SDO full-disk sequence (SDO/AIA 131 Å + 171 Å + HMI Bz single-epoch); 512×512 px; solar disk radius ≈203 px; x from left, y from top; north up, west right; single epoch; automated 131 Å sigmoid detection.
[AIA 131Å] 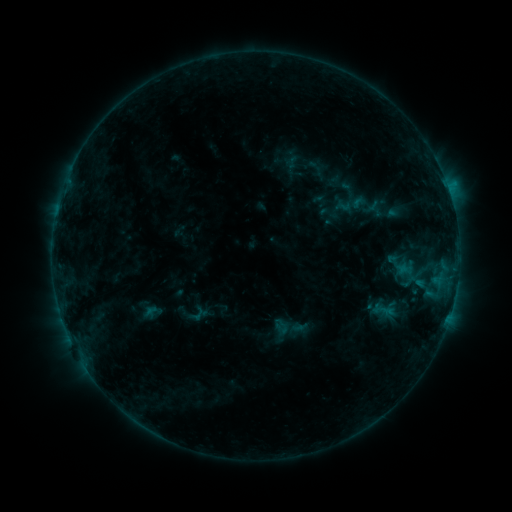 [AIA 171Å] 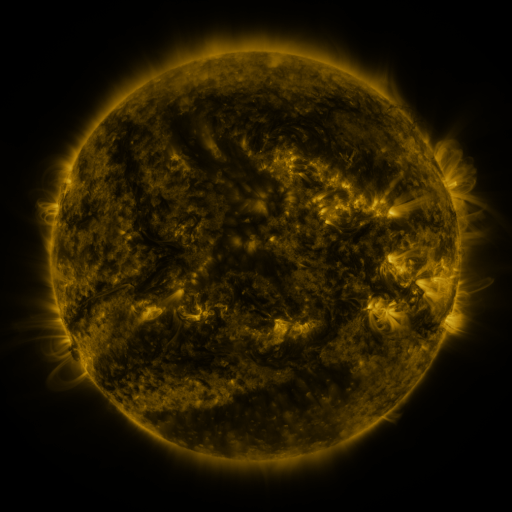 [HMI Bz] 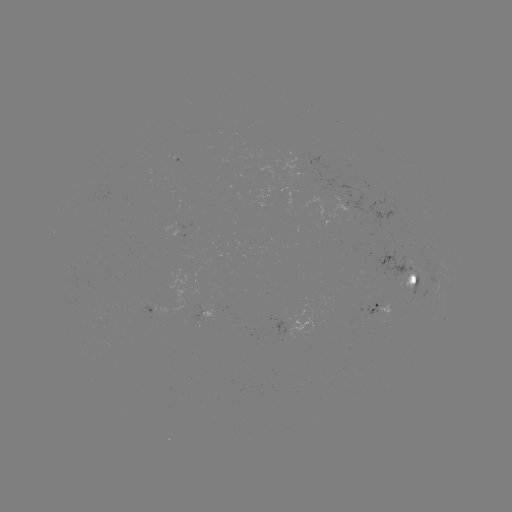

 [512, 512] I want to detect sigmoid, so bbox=[205, 302, 230, 323].